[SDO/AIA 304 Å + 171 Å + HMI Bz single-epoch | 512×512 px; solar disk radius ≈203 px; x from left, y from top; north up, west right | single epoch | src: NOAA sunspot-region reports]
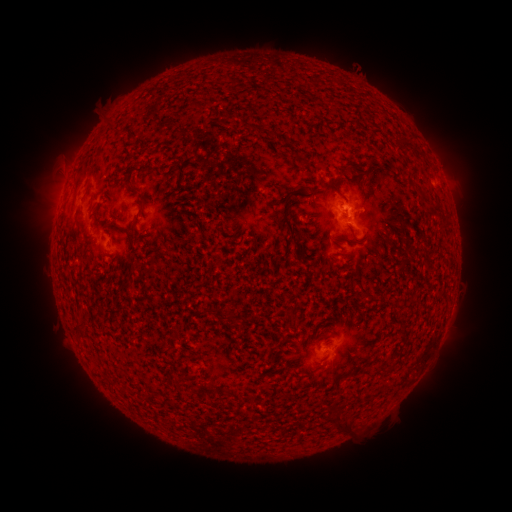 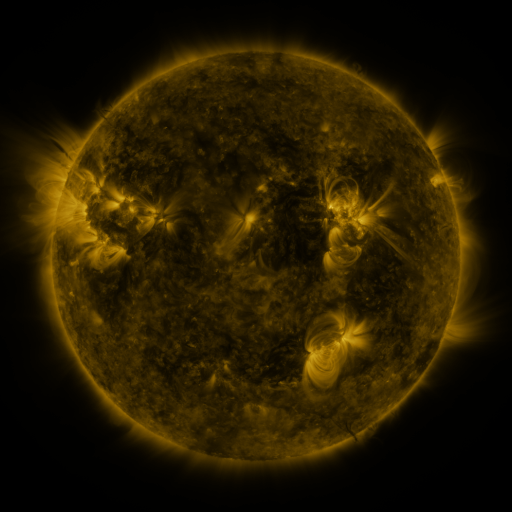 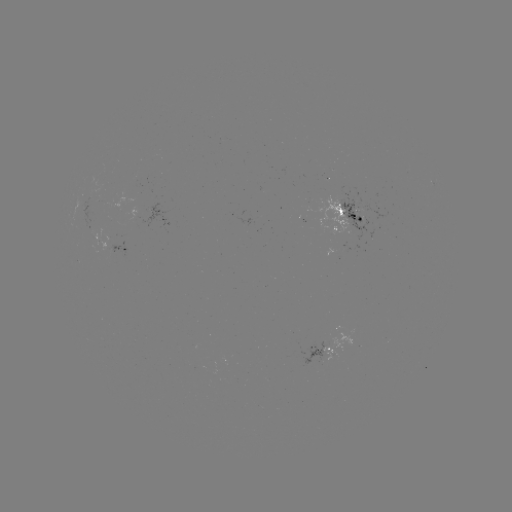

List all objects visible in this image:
spotted active region: (113, 202)
spotted active region: (159, 210)
spotted active region: (350, 217)
spotted active region: (128, 246)
spotted active region: (321, 350)
